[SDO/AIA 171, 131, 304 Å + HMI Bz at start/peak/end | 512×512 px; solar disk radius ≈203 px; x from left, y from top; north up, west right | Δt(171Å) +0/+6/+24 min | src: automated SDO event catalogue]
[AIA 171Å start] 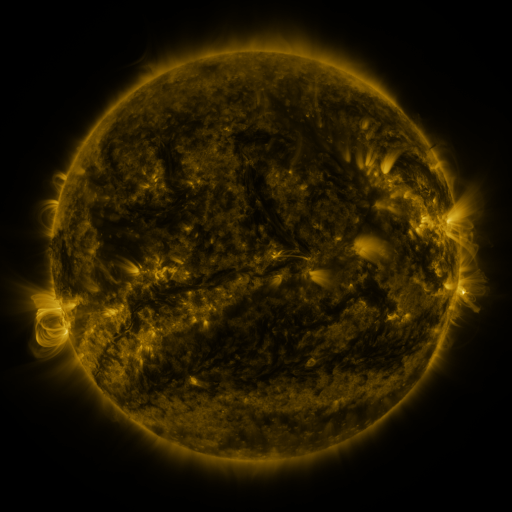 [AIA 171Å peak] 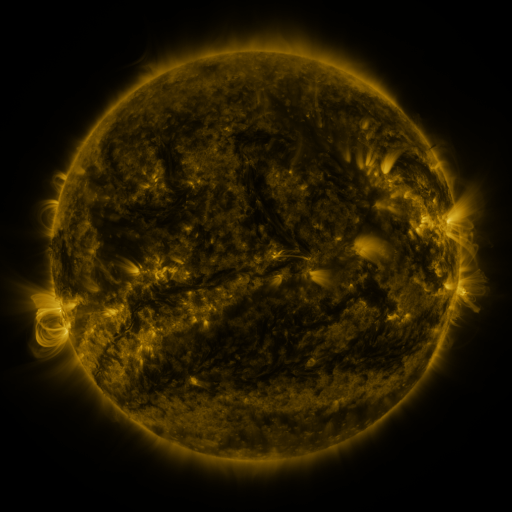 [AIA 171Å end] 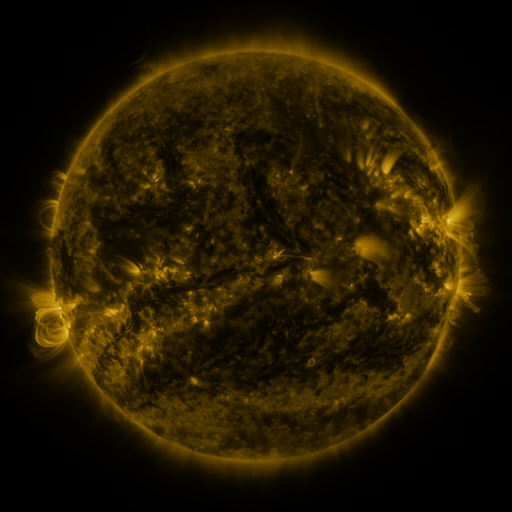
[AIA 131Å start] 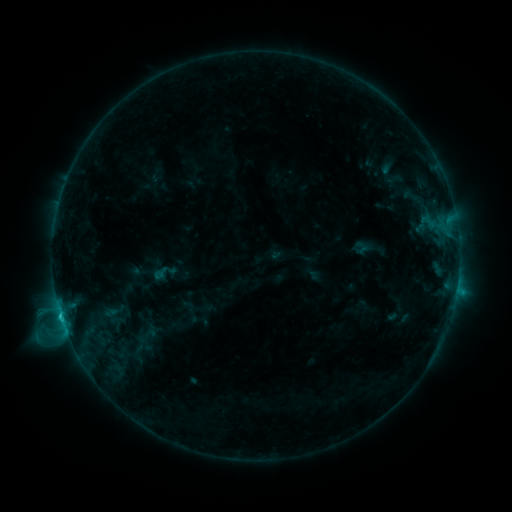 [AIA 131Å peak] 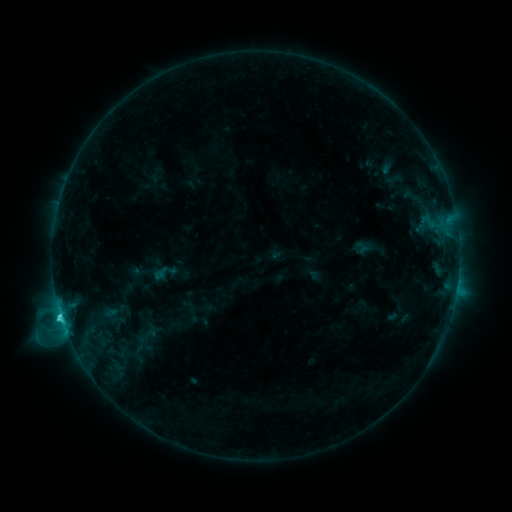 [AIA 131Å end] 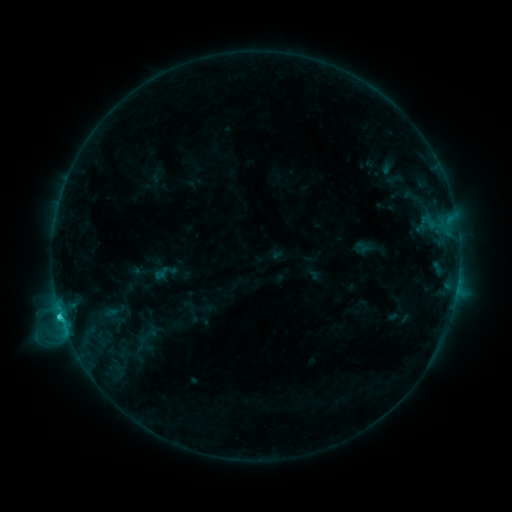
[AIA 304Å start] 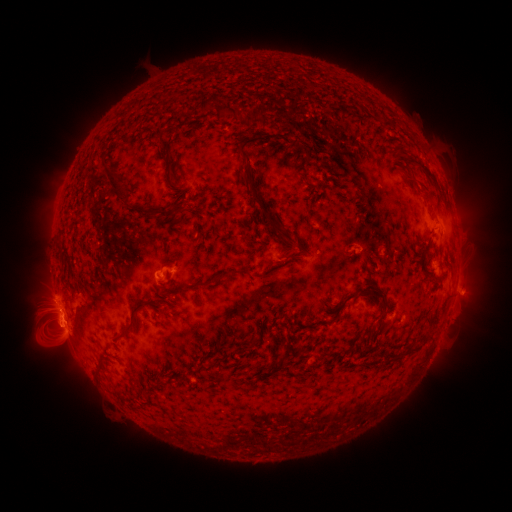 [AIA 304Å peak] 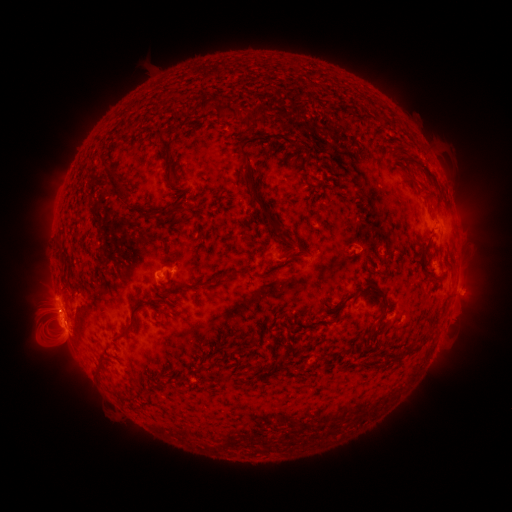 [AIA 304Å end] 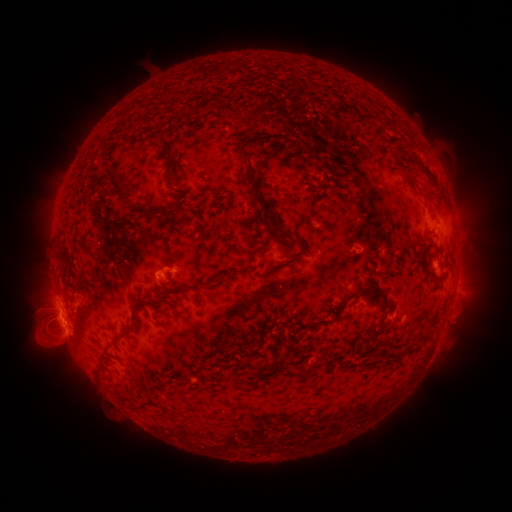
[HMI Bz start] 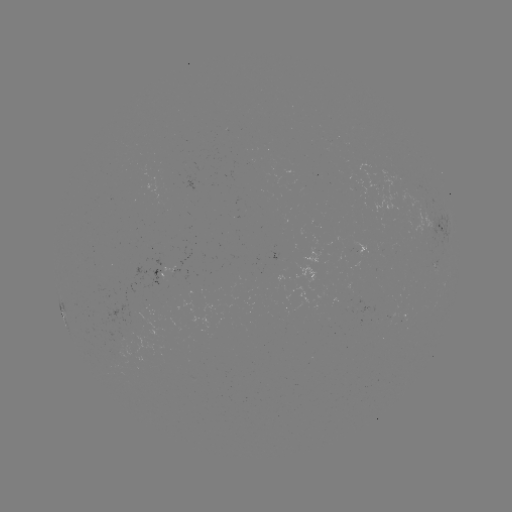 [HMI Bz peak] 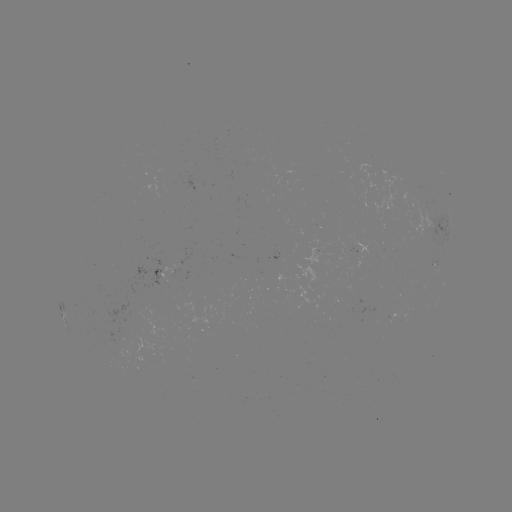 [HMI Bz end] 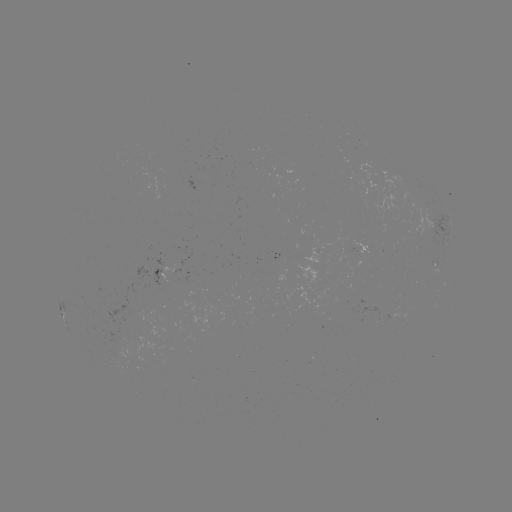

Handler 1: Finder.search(C2.7 flare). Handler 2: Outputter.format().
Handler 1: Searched C2.7 flare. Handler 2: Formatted (61, 314).